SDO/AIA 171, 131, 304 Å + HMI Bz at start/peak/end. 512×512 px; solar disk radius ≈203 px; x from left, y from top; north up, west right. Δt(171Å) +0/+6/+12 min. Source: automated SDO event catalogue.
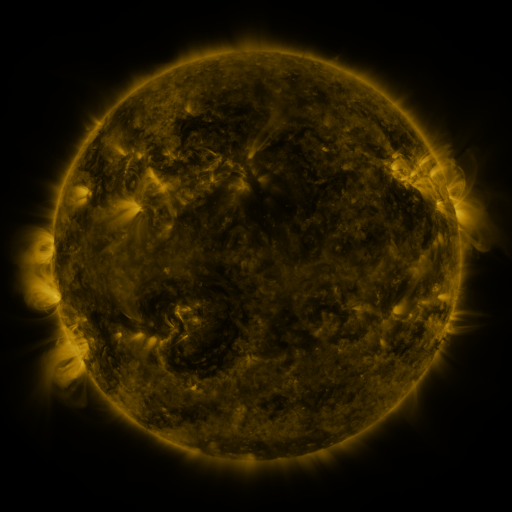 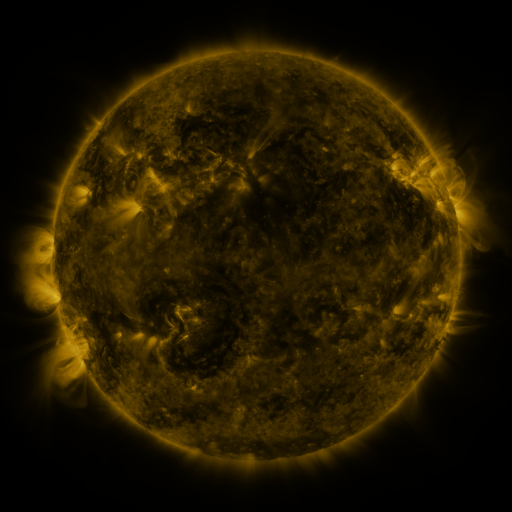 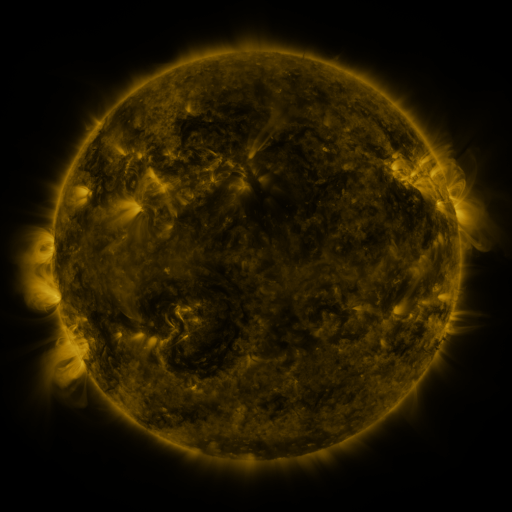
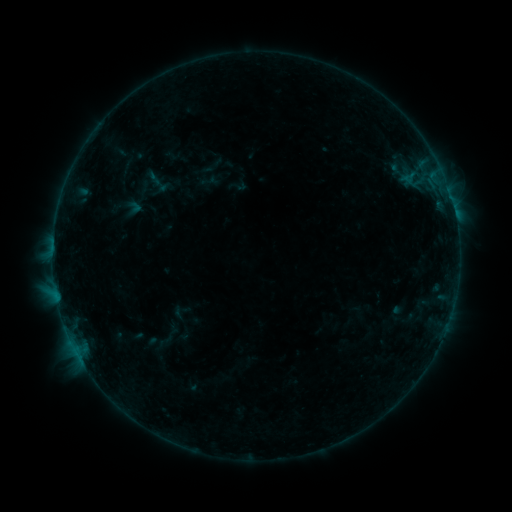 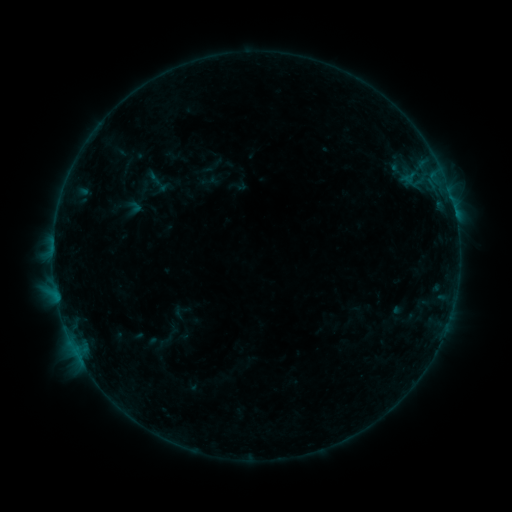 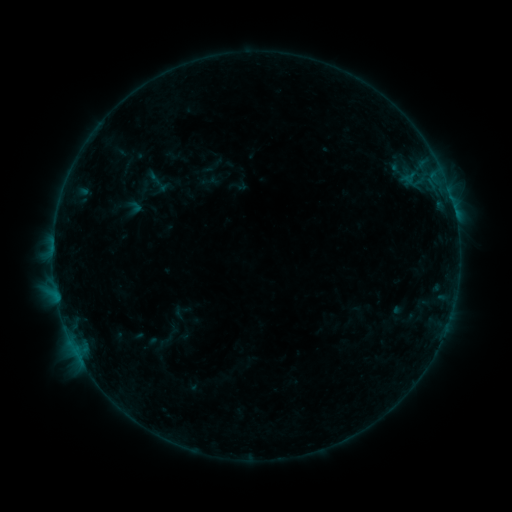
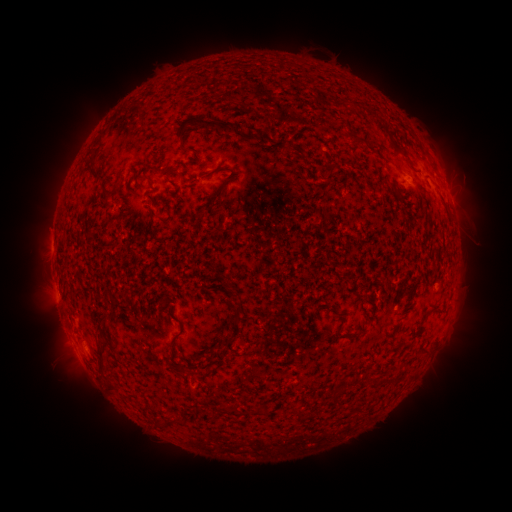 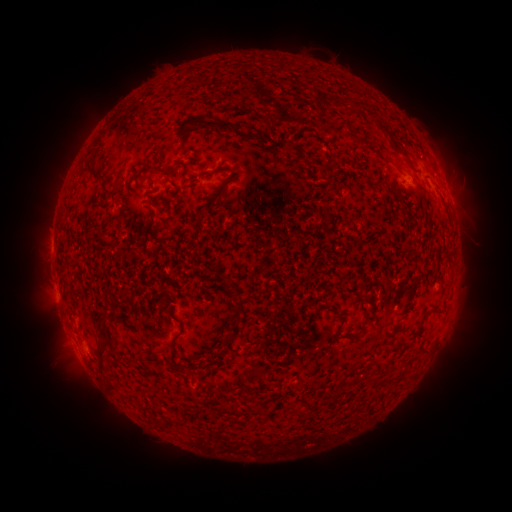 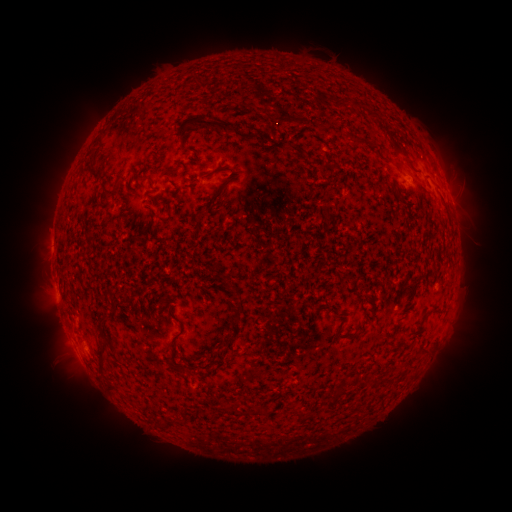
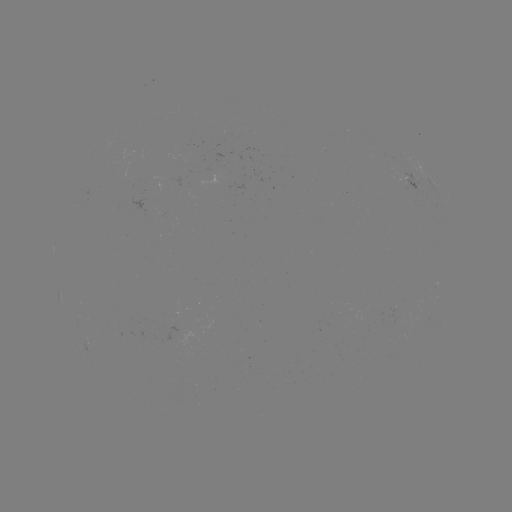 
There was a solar flare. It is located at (455, 216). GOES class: B2.4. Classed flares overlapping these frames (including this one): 1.